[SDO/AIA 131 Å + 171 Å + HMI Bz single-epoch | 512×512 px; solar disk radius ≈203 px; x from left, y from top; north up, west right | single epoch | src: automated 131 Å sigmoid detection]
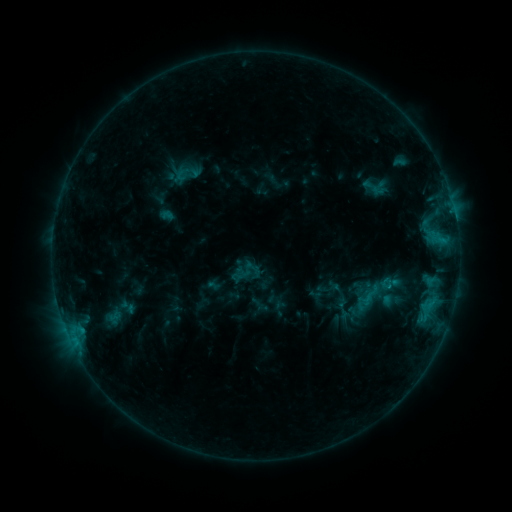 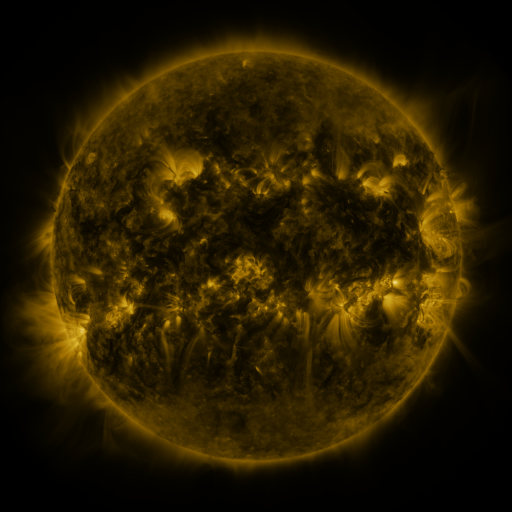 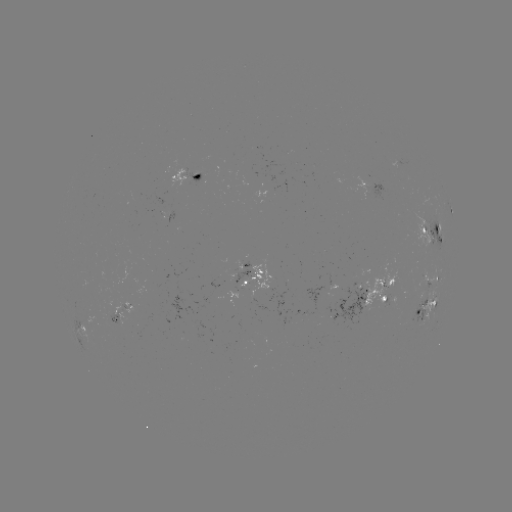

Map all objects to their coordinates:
sigmoid: (127, 306)
